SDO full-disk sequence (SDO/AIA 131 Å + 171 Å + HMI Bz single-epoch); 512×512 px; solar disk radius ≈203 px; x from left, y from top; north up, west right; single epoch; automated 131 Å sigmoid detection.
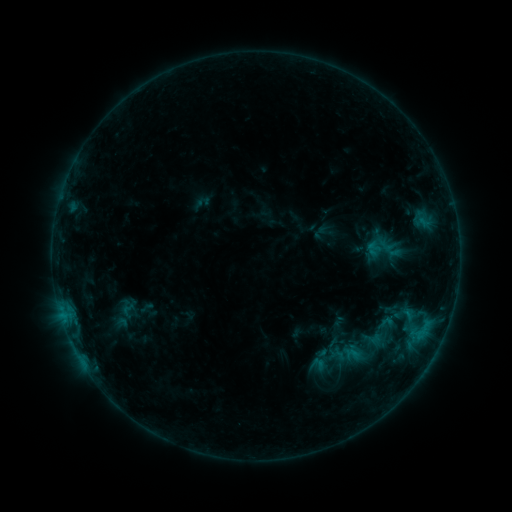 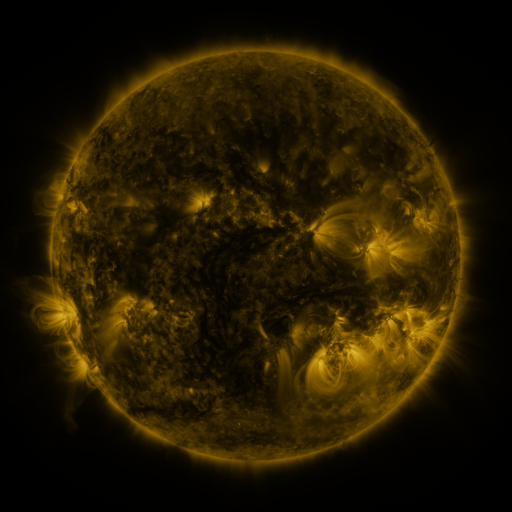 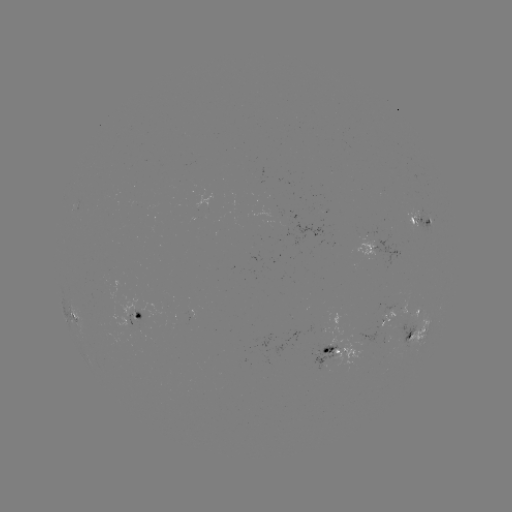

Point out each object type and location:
sigmoid: (128, 310)
sigmoid: (380, 333)
